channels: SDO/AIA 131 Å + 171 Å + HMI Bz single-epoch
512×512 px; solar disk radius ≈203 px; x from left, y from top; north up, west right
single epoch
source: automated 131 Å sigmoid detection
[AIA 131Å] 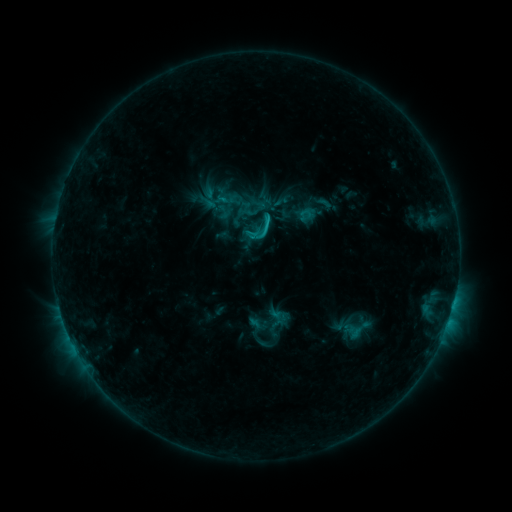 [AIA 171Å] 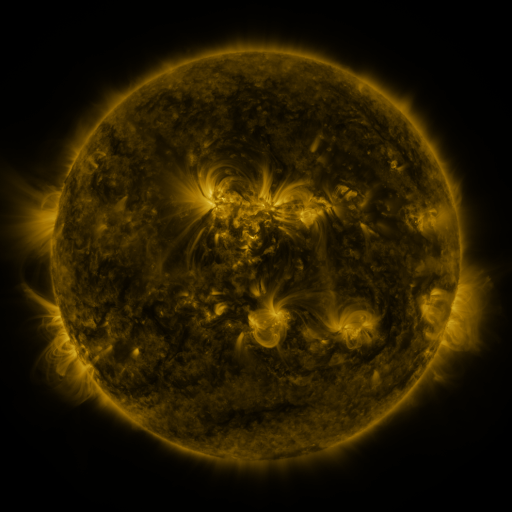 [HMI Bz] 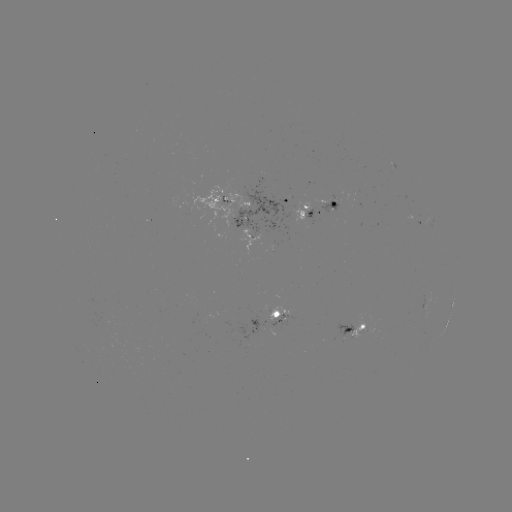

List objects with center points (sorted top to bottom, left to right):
sigmoid: (323, 202)
sigmoid: (262, 229)
